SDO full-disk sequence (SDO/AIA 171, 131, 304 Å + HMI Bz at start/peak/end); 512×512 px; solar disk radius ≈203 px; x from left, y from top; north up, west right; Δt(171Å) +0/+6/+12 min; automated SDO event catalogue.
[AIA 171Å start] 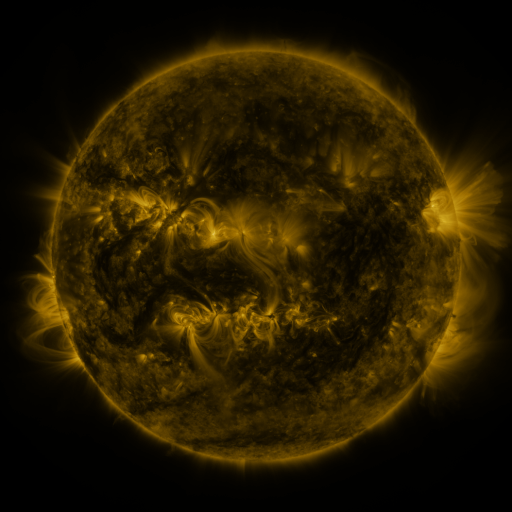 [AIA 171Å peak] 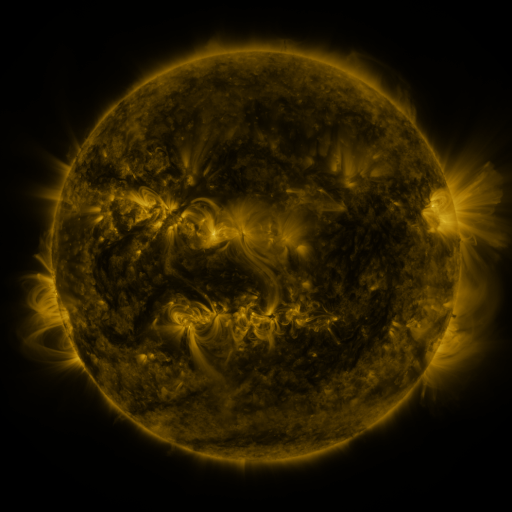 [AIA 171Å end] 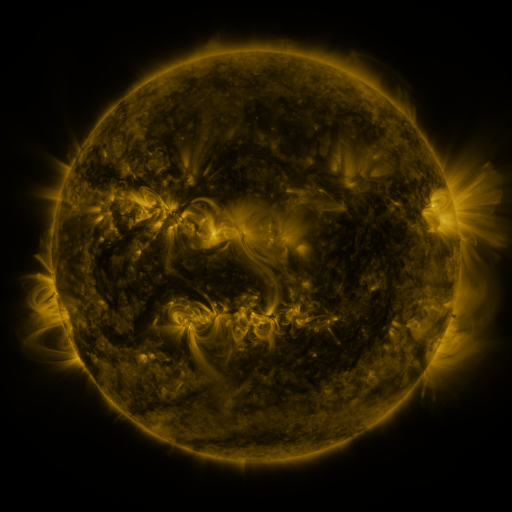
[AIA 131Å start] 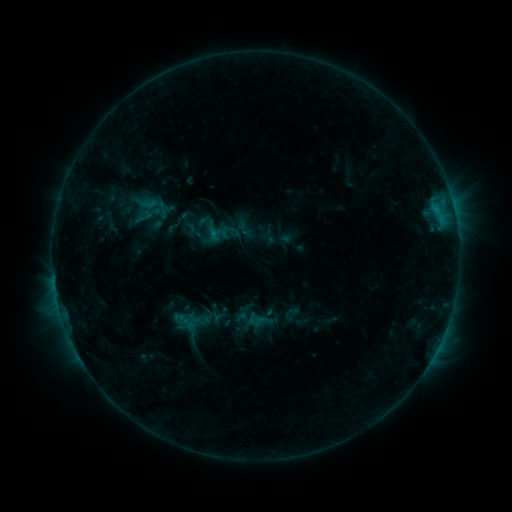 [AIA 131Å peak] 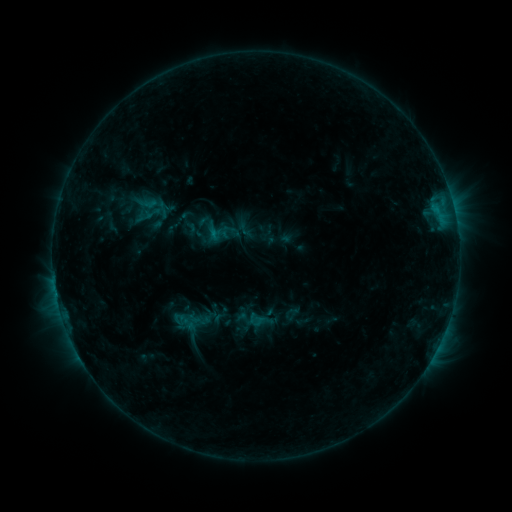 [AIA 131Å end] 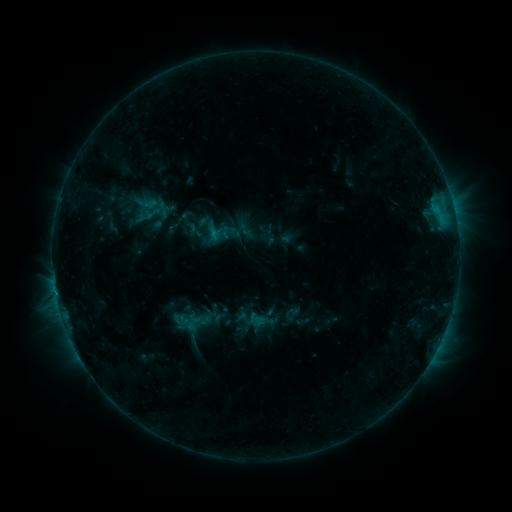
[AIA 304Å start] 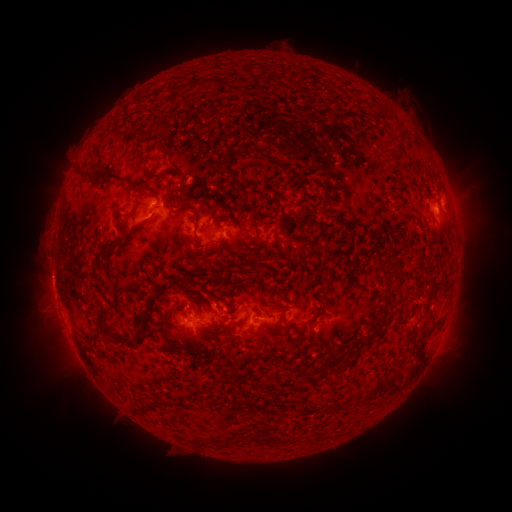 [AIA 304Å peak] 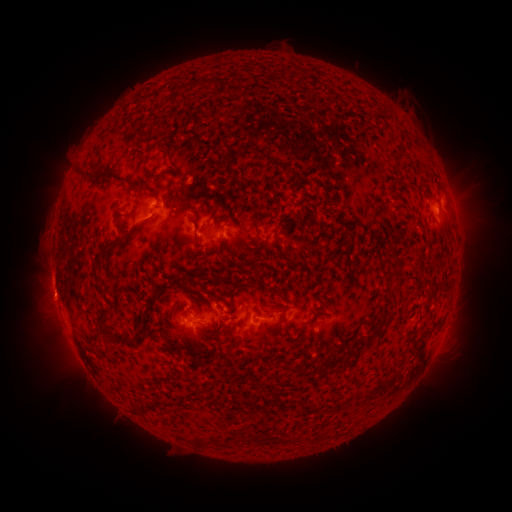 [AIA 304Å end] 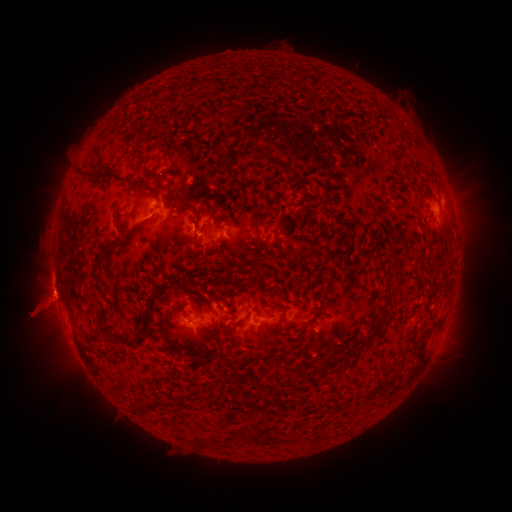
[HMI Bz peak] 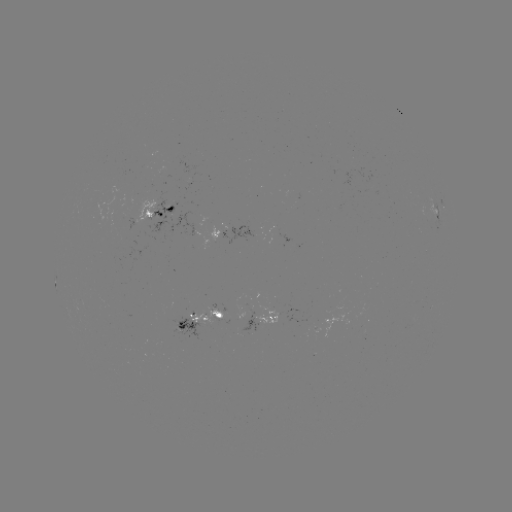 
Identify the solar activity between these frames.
C1.0 flare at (56, 294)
